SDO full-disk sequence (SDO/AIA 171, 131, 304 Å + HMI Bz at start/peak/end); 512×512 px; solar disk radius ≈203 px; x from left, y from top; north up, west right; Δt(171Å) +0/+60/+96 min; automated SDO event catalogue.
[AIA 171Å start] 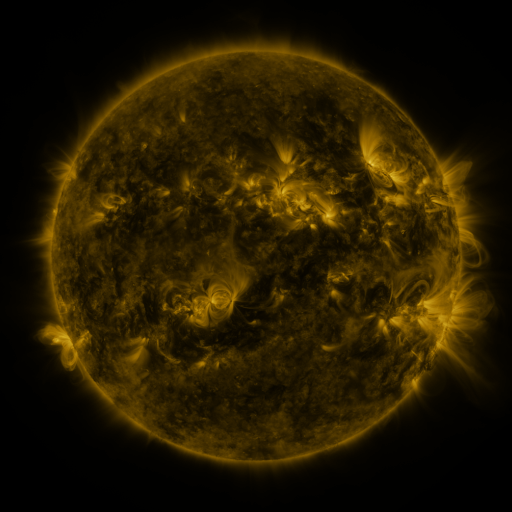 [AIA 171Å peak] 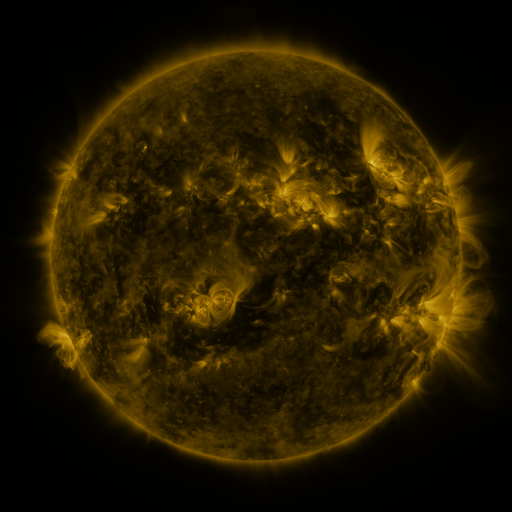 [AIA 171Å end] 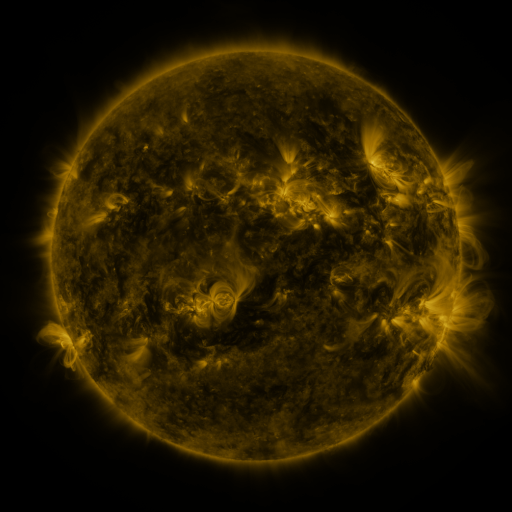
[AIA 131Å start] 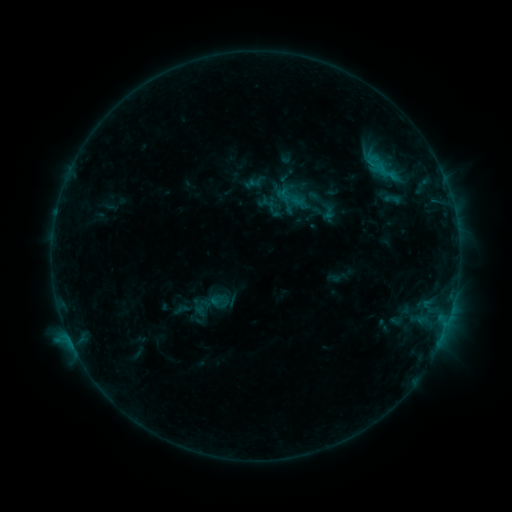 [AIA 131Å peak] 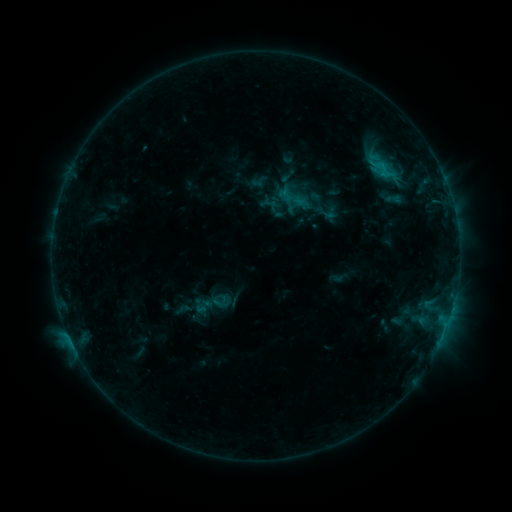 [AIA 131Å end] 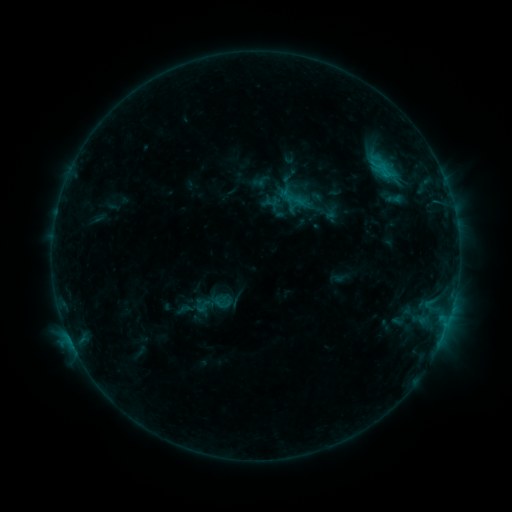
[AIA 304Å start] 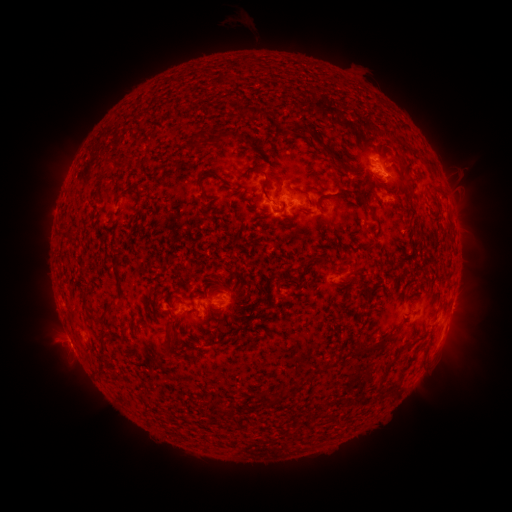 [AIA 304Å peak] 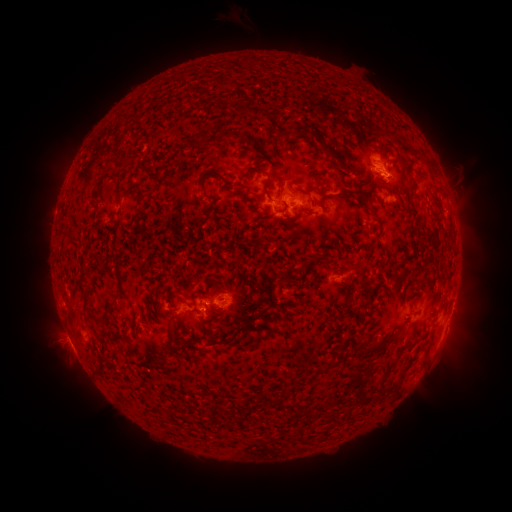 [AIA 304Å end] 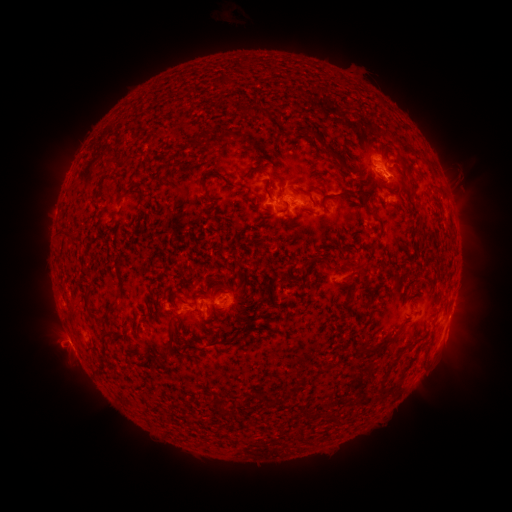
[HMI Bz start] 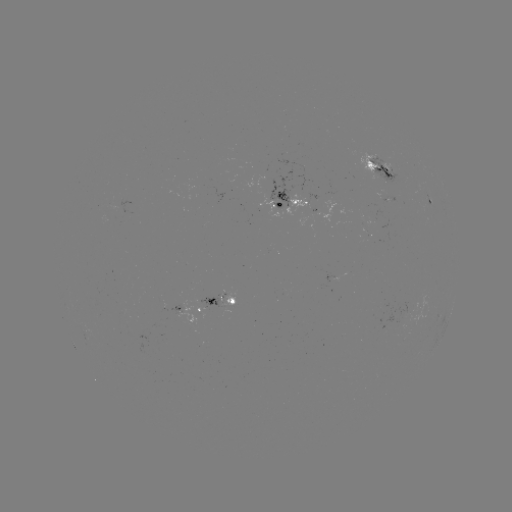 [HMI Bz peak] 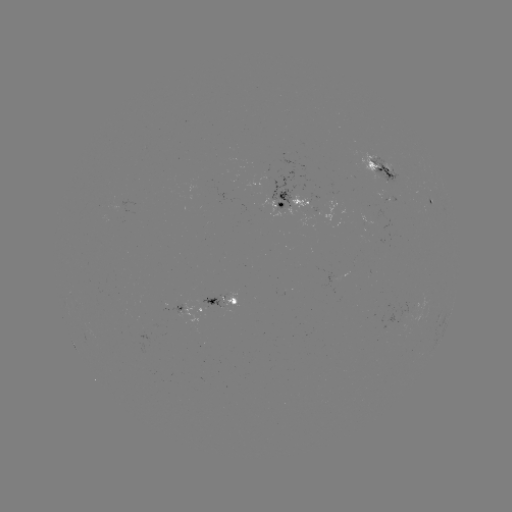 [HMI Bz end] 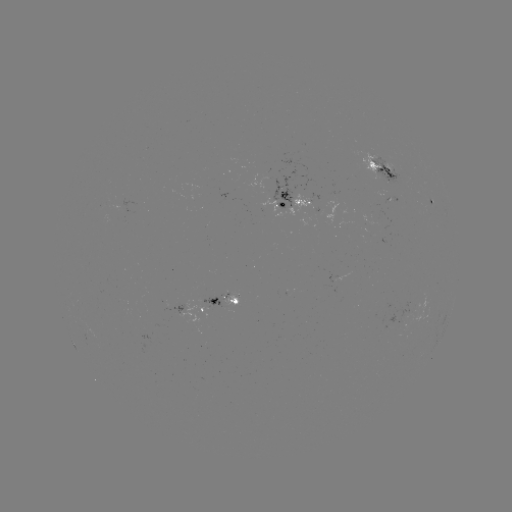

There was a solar emerging-flux region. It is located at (378, 199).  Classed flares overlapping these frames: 2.